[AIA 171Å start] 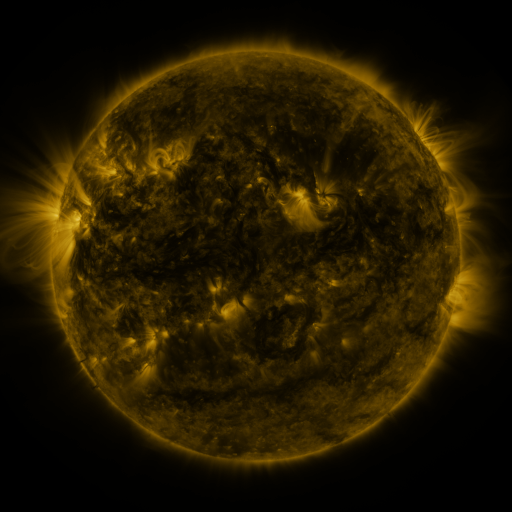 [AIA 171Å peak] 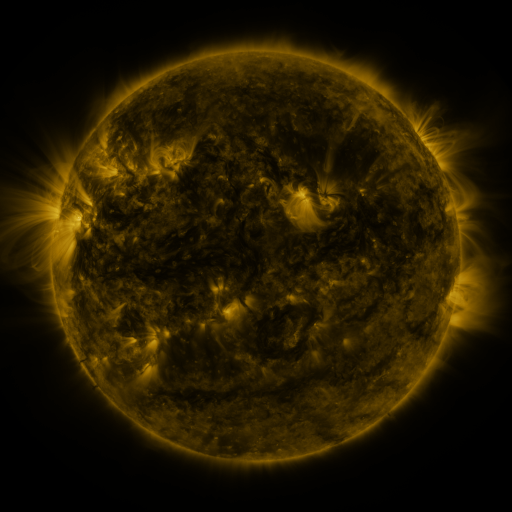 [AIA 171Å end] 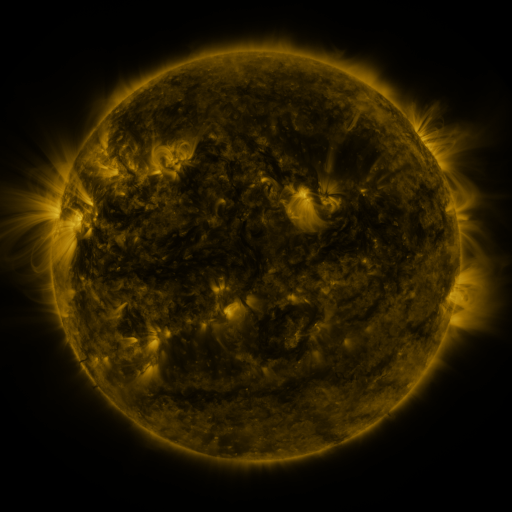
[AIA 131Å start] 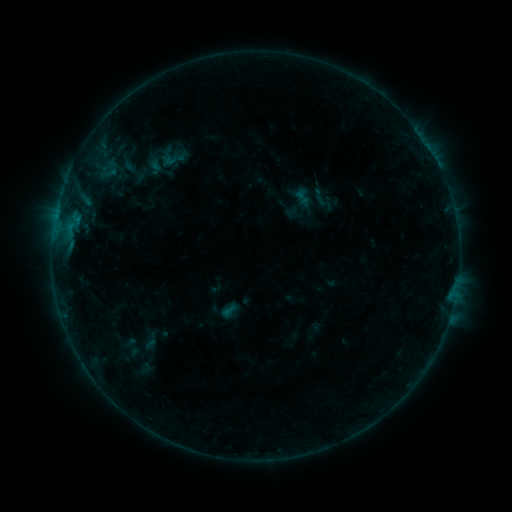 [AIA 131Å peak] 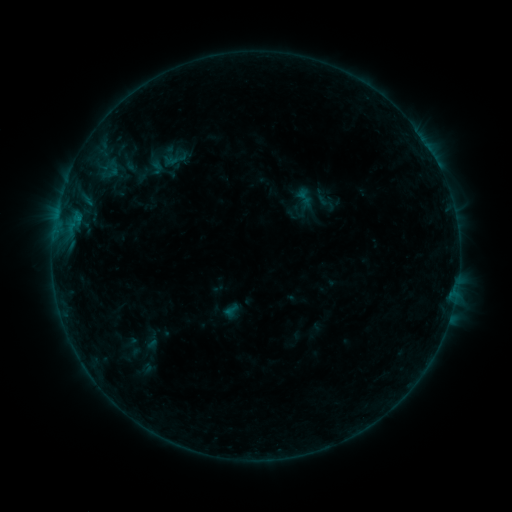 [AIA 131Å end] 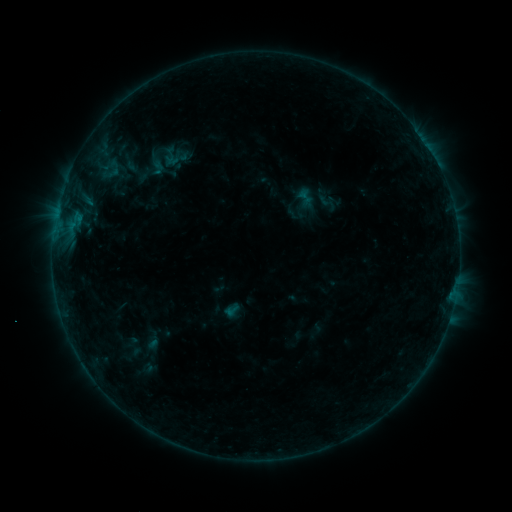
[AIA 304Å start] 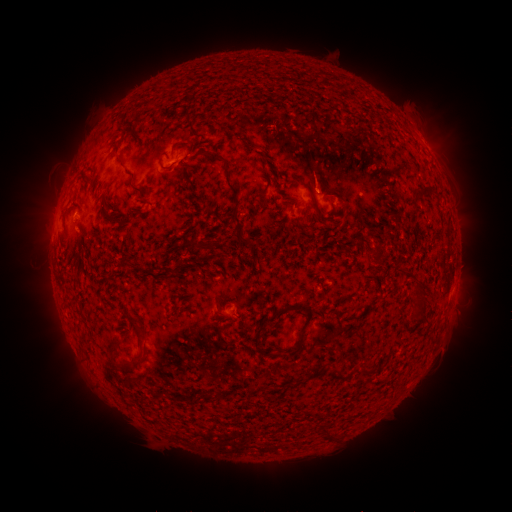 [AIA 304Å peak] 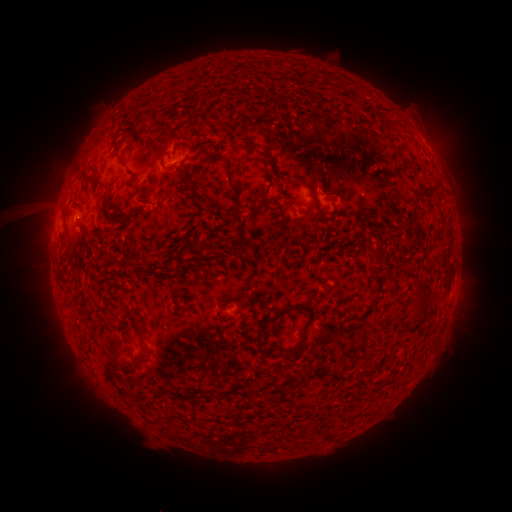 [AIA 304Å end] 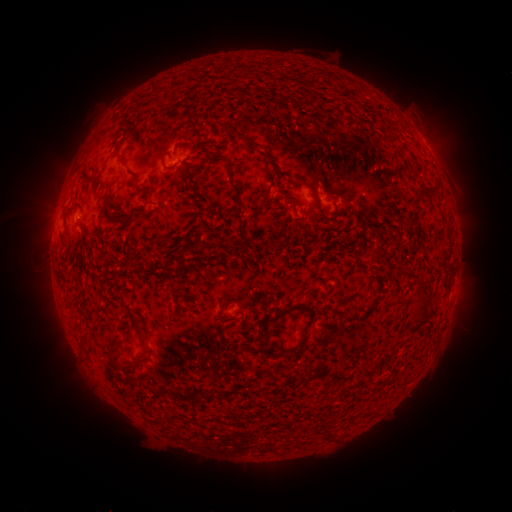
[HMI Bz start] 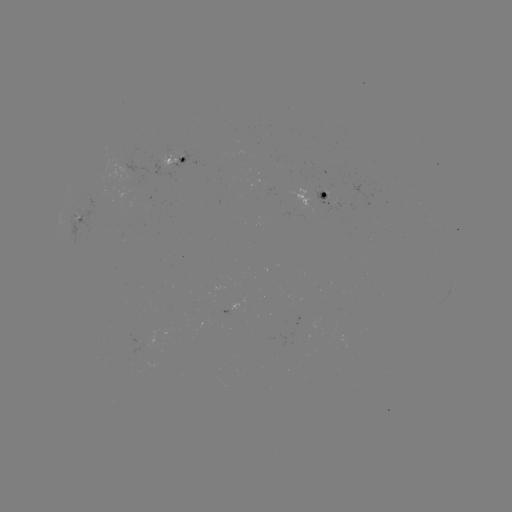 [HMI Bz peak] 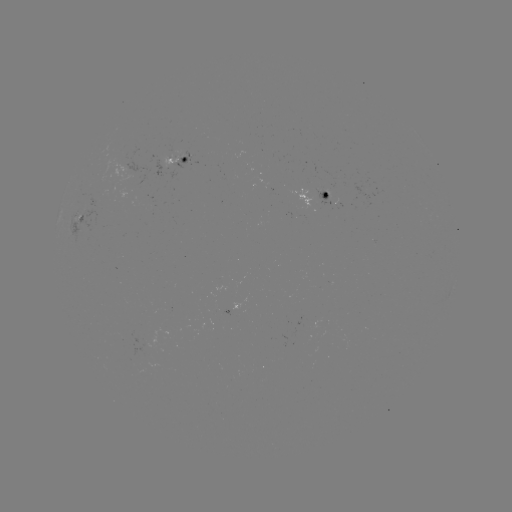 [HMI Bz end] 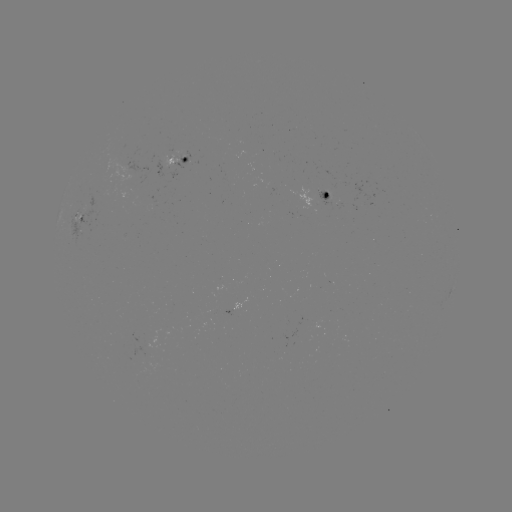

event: emerging-flux region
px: (321, 194)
